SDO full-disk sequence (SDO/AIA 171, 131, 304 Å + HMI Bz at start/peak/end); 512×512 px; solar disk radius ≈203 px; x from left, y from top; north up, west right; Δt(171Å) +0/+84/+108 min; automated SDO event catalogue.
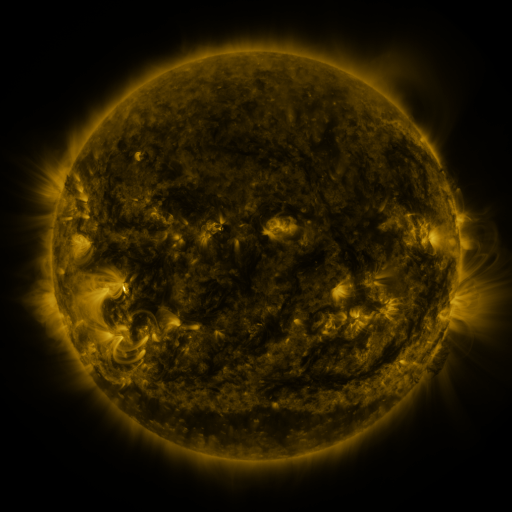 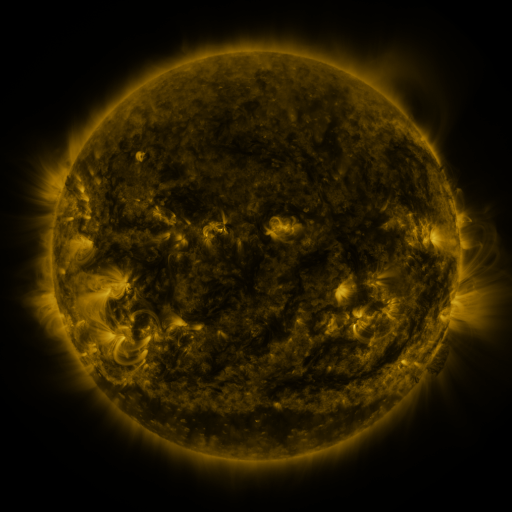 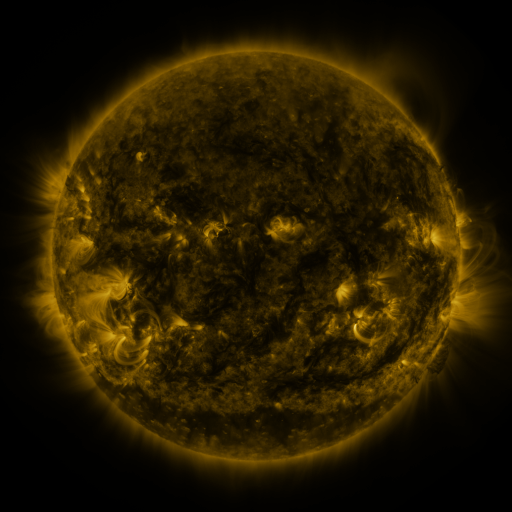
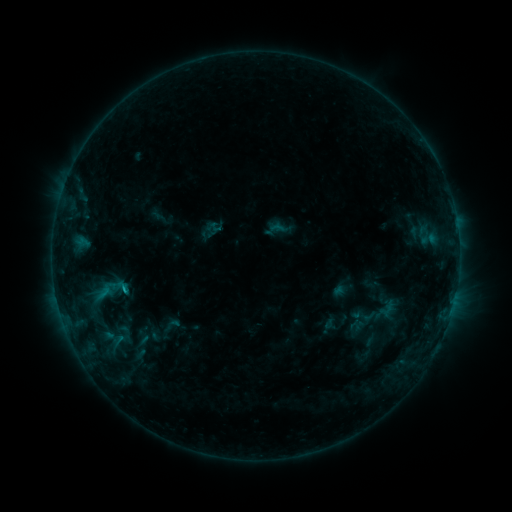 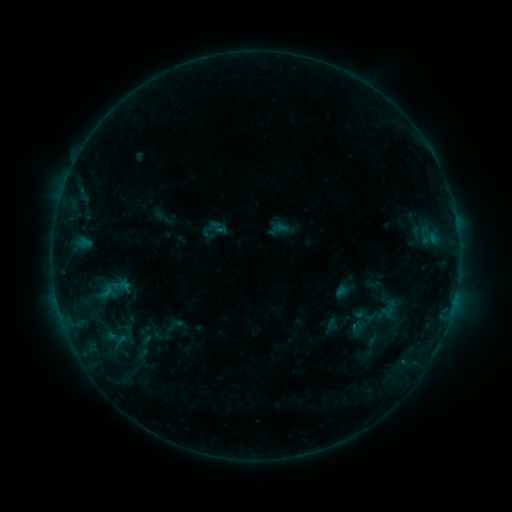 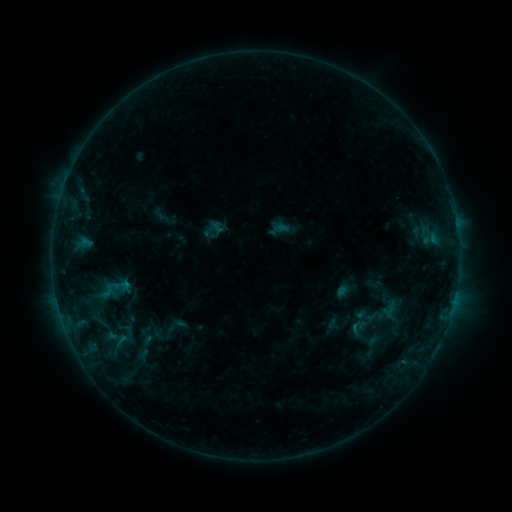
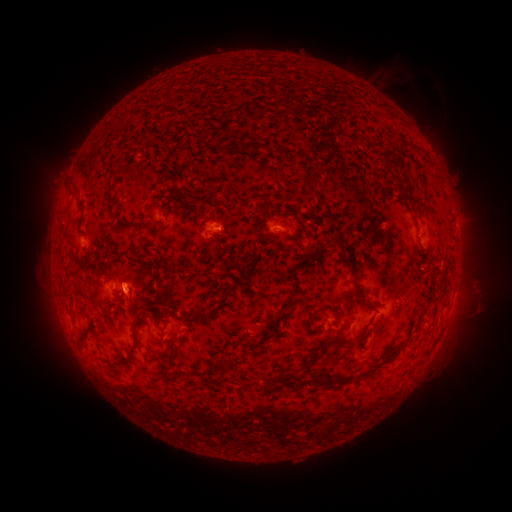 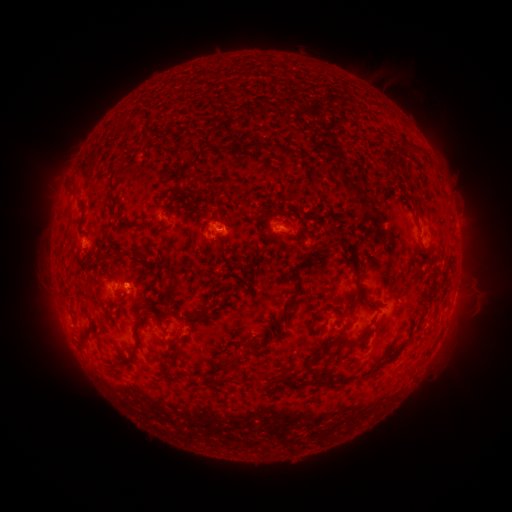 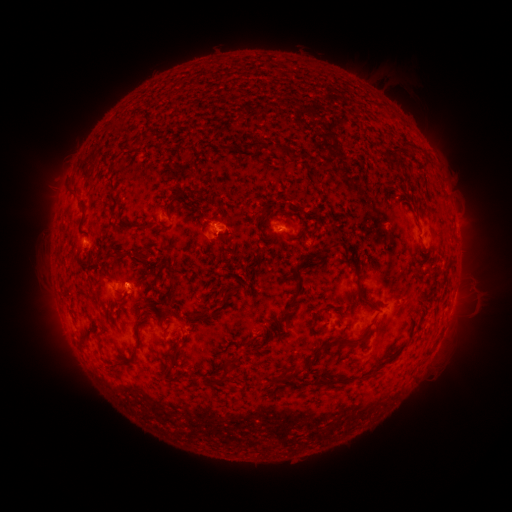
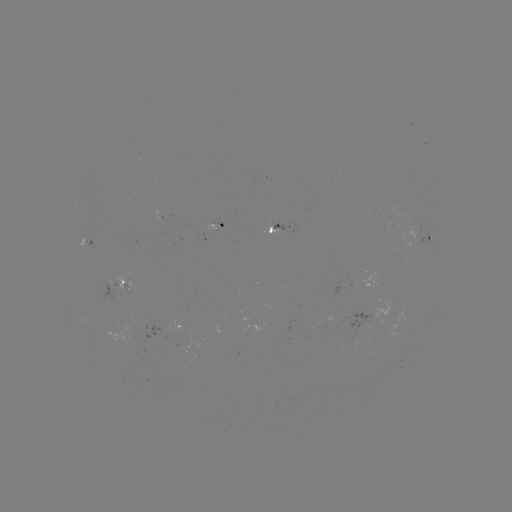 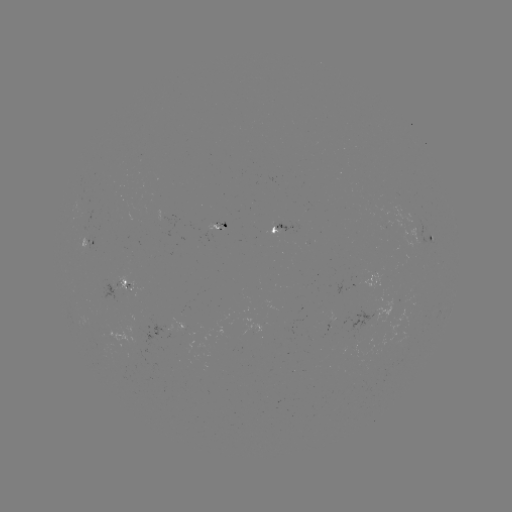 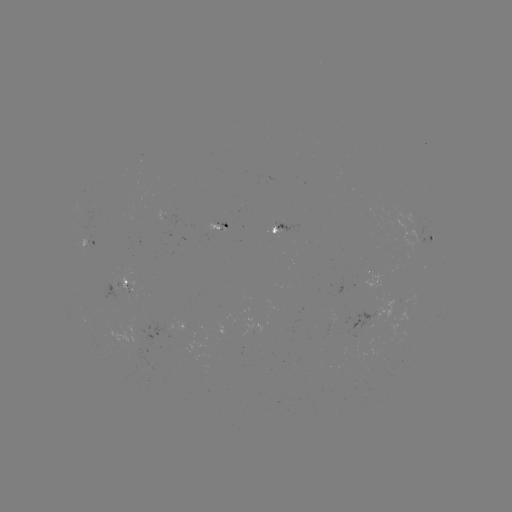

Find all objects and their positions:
emerging-flux region: (362, 341)
